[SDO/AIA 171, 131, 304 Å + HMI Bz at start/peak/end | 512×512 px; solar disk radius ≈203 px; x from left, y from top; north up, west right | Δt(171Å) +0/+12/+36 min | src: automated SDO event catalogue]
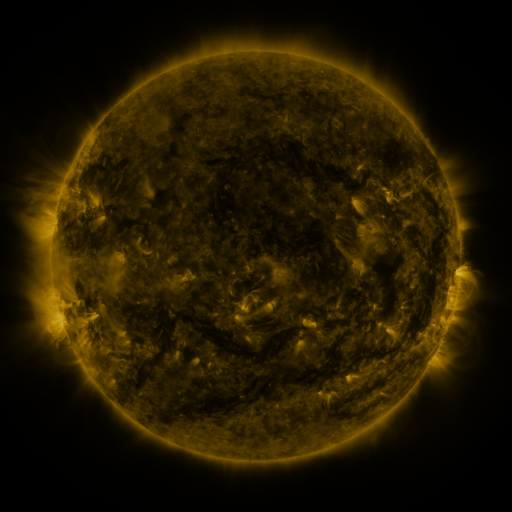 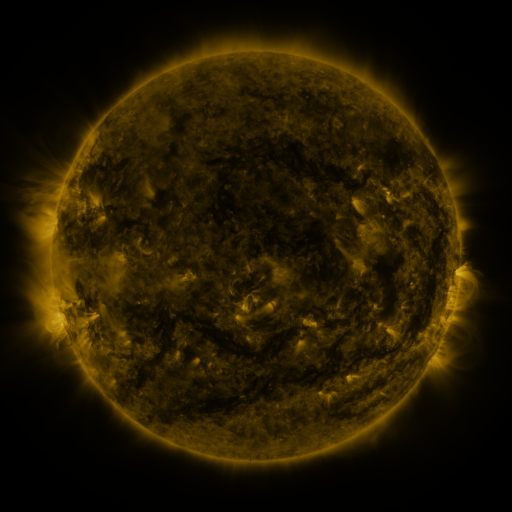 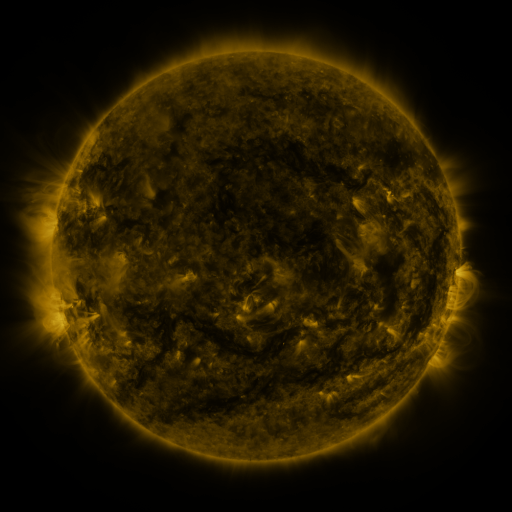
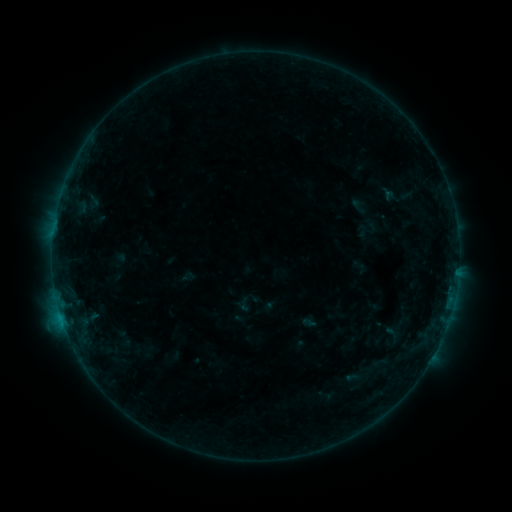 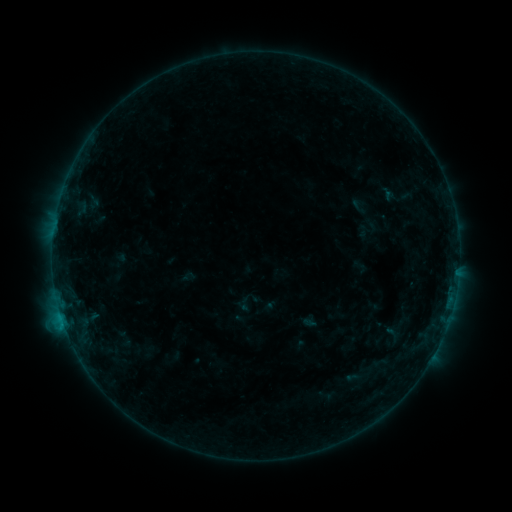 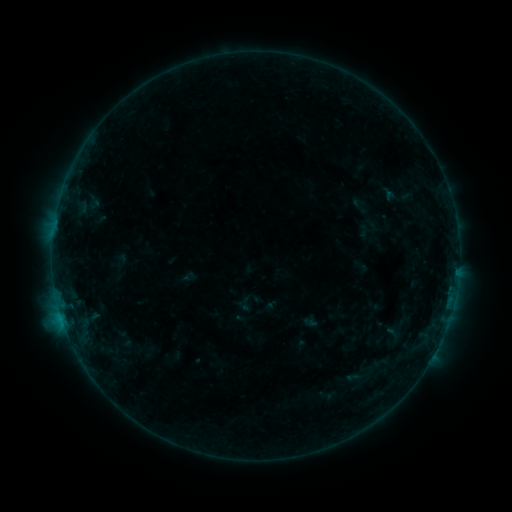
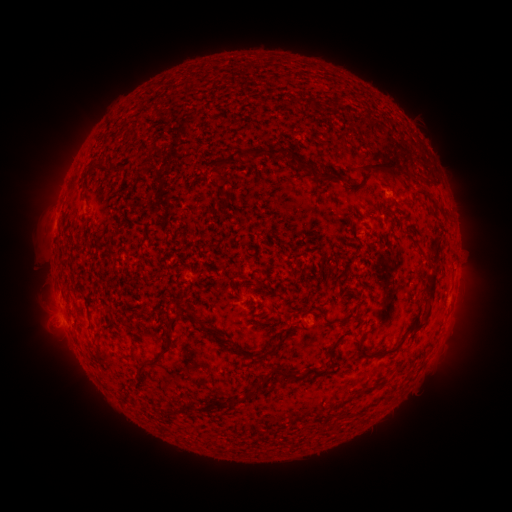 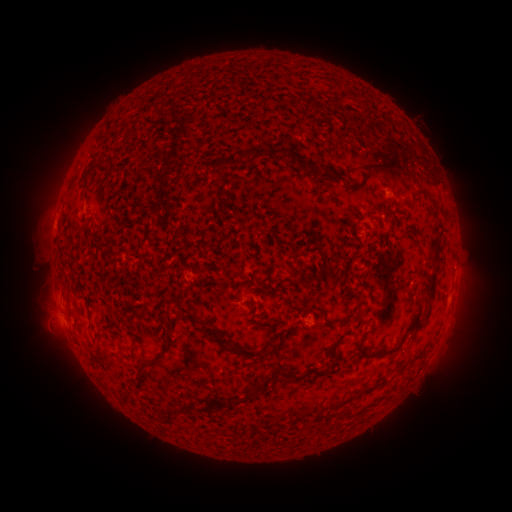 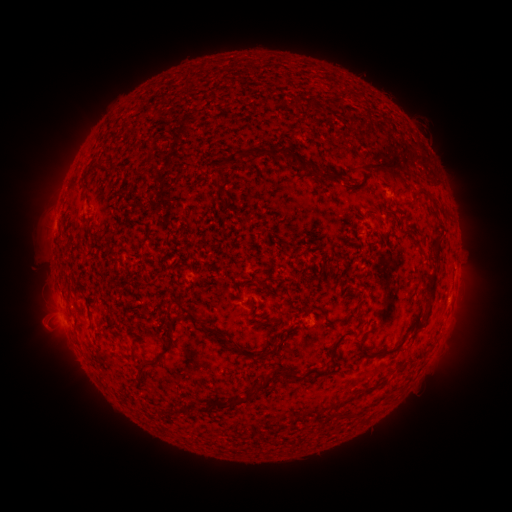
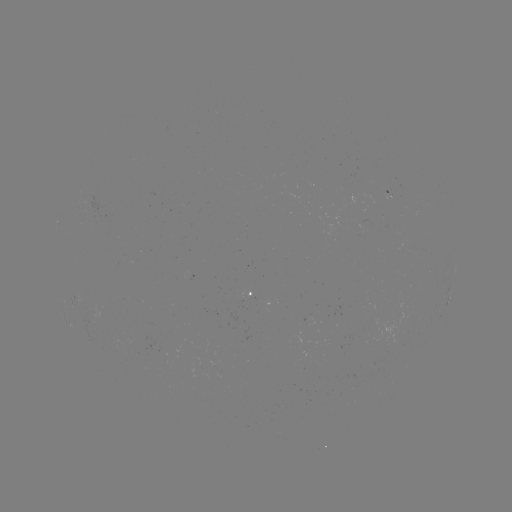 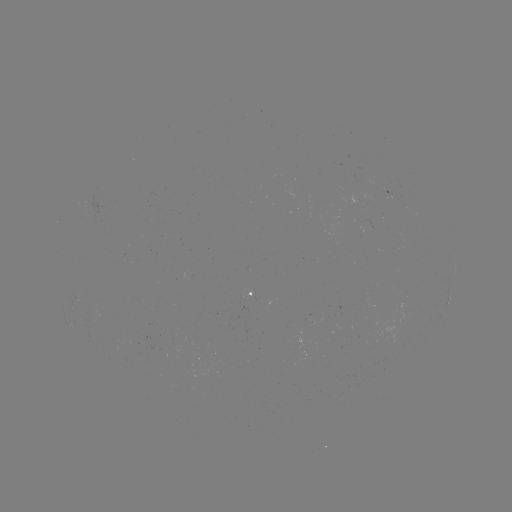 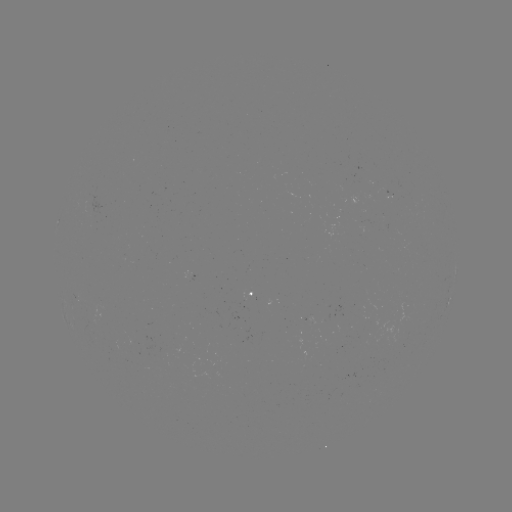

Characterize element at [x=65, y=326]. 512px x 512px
B3.2 flare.